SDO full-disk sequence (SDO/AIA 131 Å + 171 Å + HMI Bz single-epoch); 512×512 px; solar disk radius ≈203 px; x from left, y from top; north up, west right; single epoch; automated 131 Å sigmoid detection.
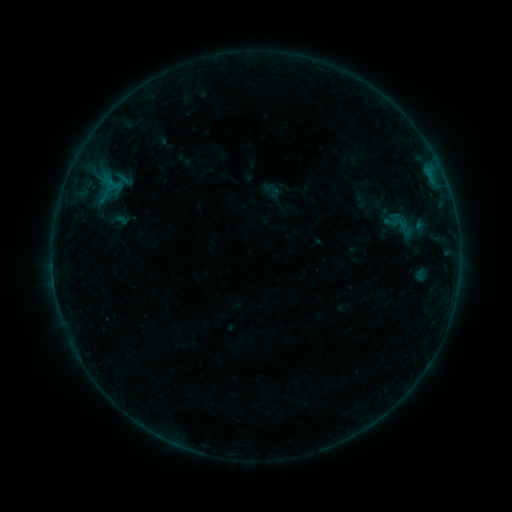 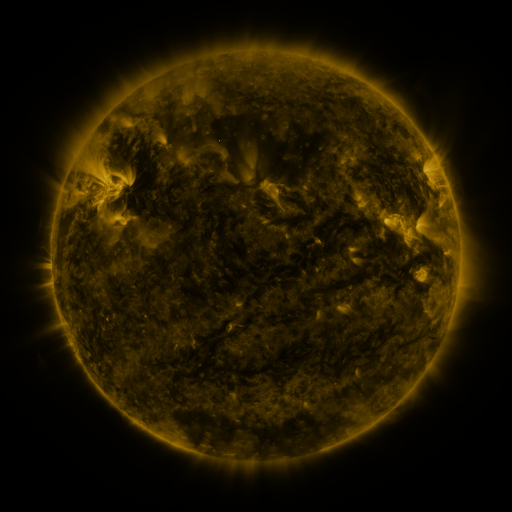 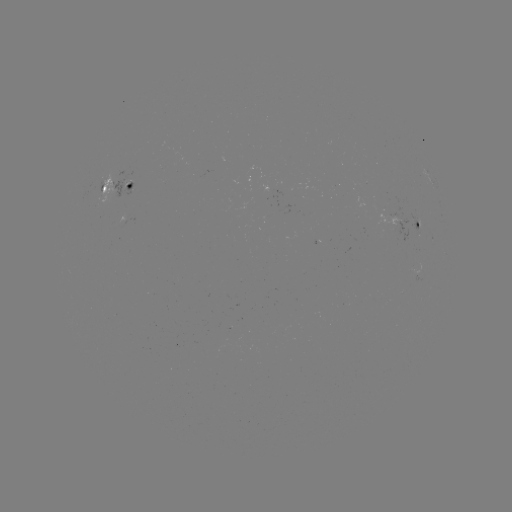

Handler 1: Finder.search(sigmoid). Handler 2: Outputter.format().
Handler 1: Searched sigmoid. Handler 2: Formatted (273, 191).